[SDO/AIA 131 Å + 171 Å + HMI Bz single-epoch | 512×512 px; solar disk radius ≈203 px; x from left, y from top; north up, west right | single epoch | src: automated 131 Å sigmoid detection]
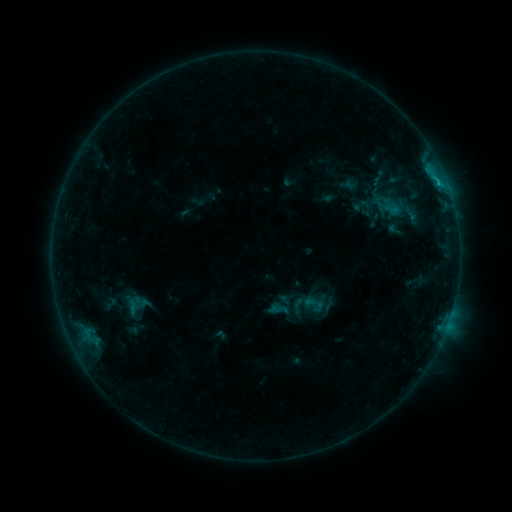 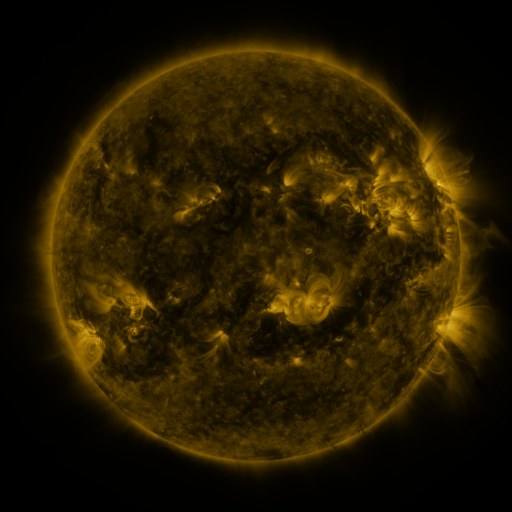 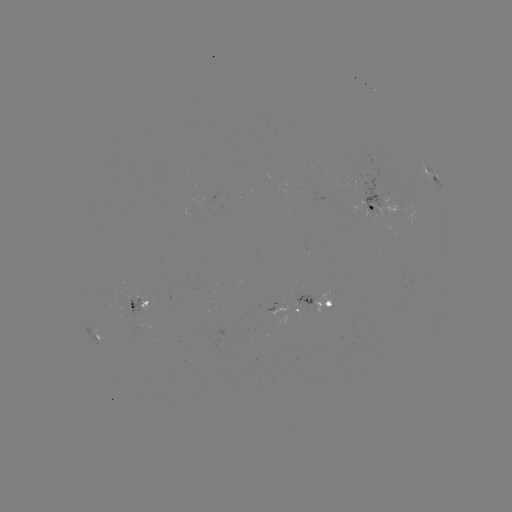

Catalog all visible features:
sigmoid: [288, 295, 307, 315]
